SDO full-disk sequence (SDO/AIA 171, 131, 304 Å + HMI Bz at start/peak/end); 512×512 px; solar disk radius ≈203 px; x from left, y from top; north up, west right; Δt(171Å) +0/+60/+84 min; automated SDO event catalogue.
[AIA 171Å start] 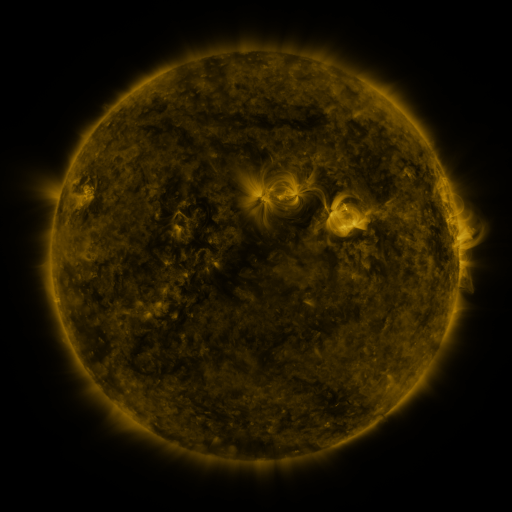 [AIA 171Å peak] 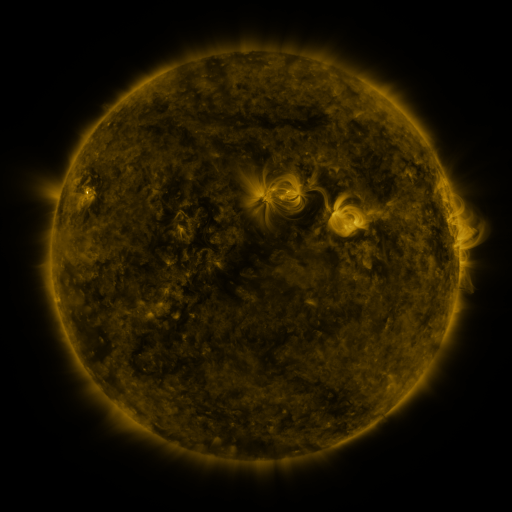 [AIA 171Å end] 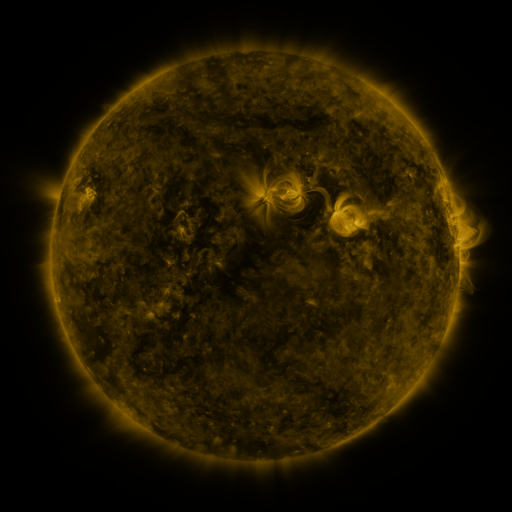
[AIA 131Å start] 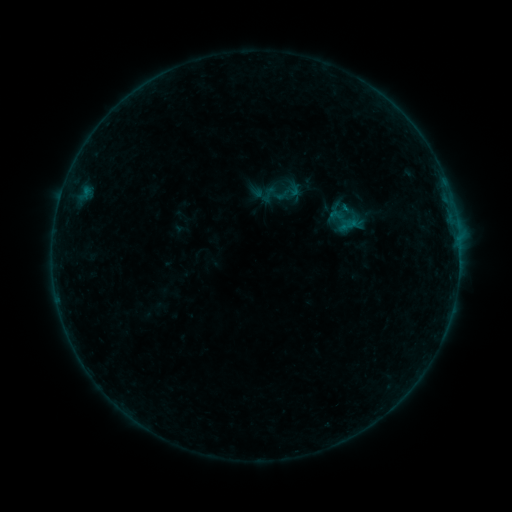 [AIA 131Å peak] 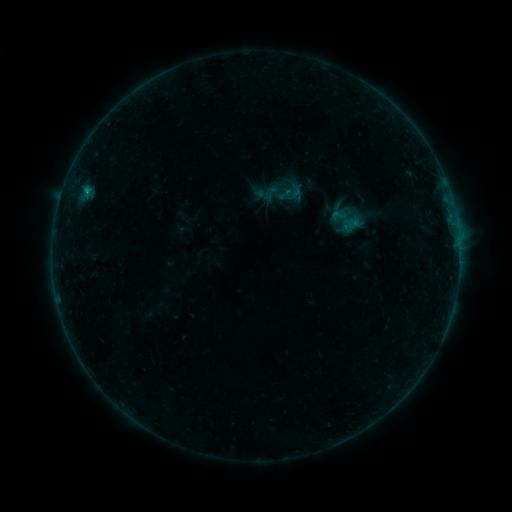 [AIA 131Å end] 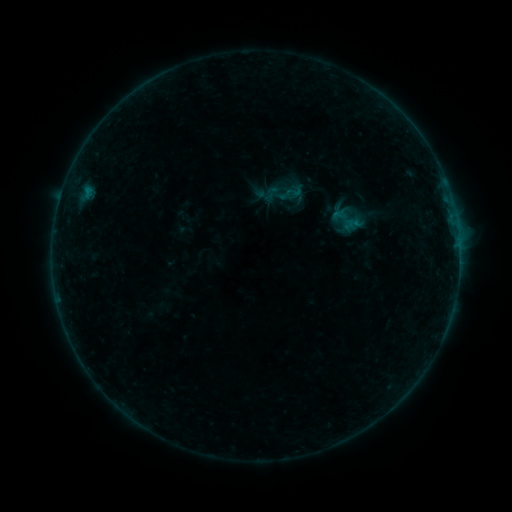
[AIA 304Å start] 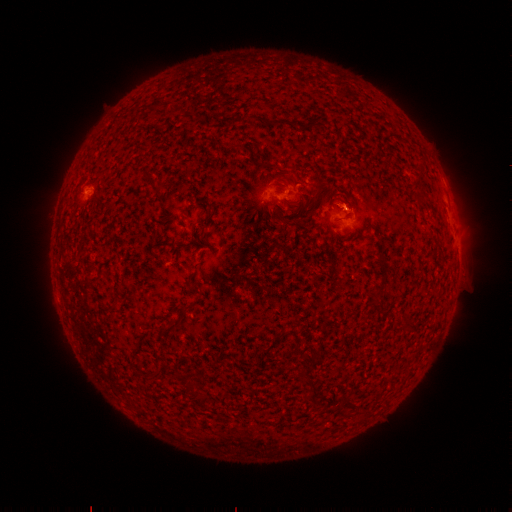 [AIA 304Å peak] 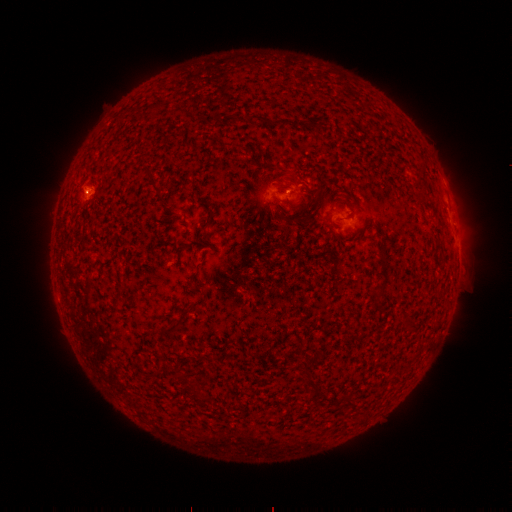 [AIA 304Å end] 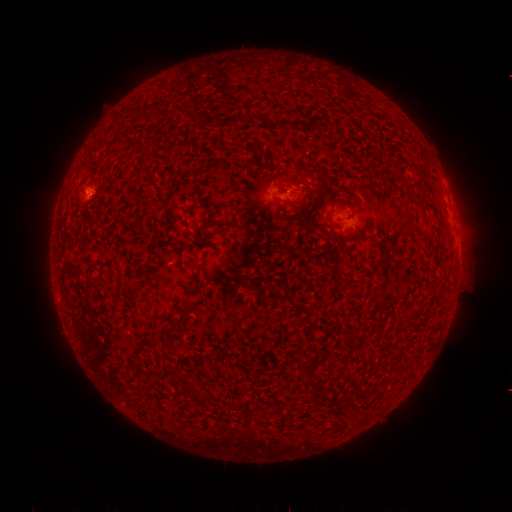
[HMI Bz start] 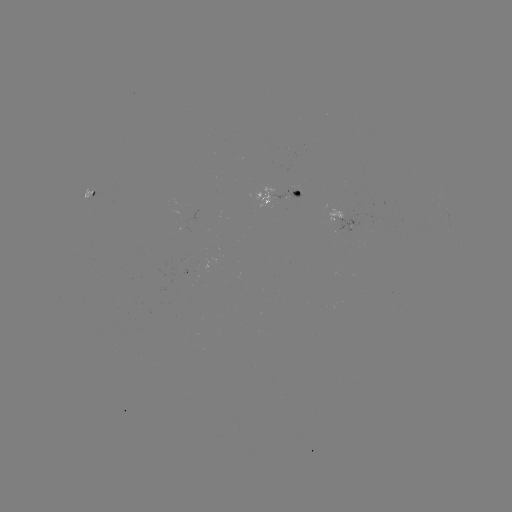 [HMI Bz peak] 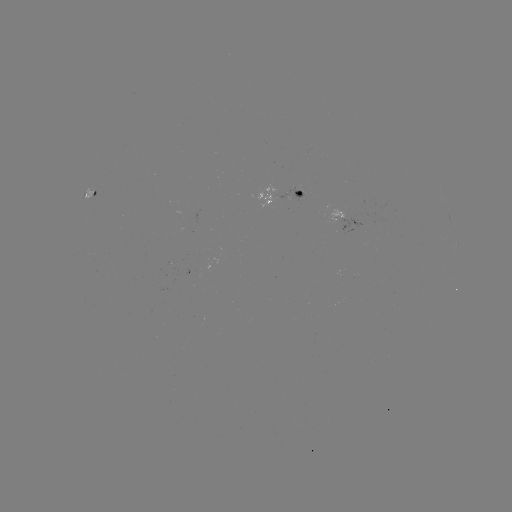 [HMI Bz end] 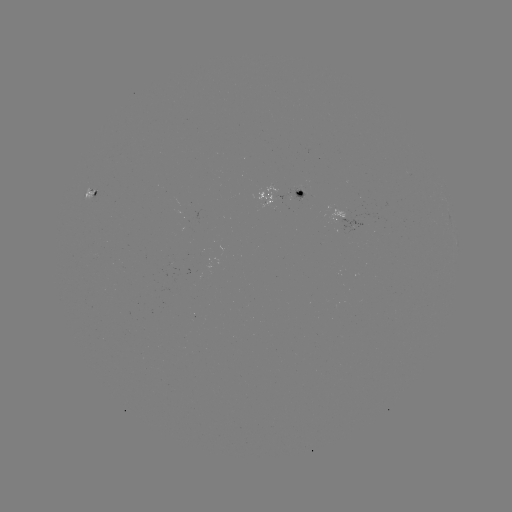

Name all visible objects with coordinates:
emerging-flux region: (299, 193)
